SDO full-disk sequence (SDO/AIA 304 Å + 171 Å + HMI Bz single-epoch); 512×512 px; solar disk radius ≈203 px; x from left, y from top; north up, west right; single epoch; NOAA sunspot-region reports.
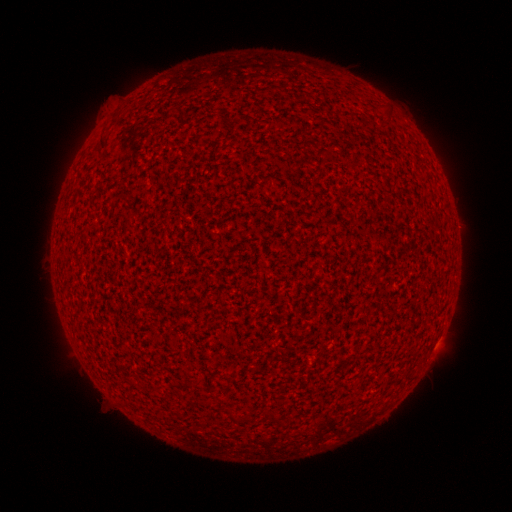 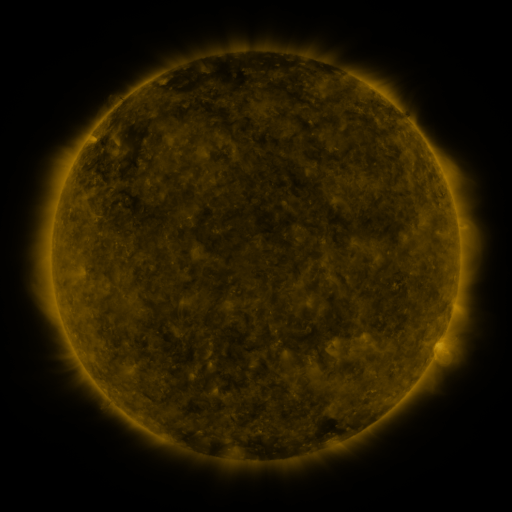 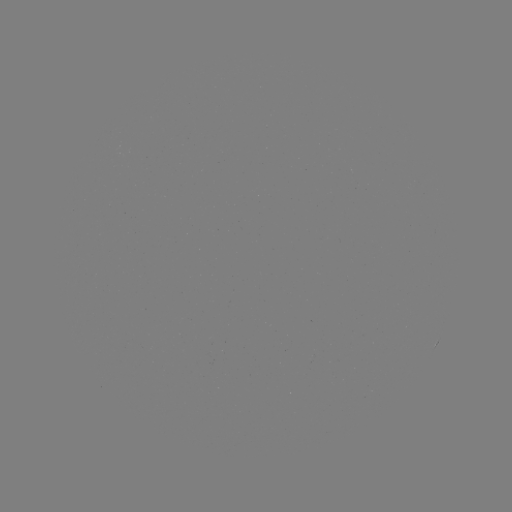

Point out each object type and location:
(none)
